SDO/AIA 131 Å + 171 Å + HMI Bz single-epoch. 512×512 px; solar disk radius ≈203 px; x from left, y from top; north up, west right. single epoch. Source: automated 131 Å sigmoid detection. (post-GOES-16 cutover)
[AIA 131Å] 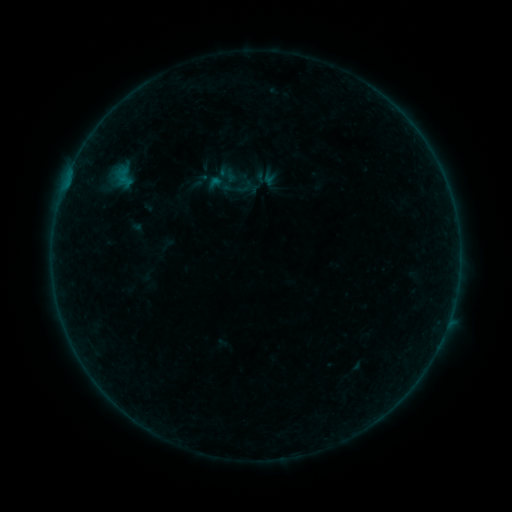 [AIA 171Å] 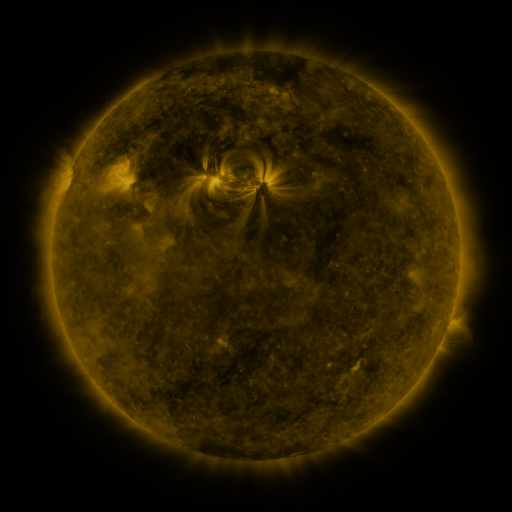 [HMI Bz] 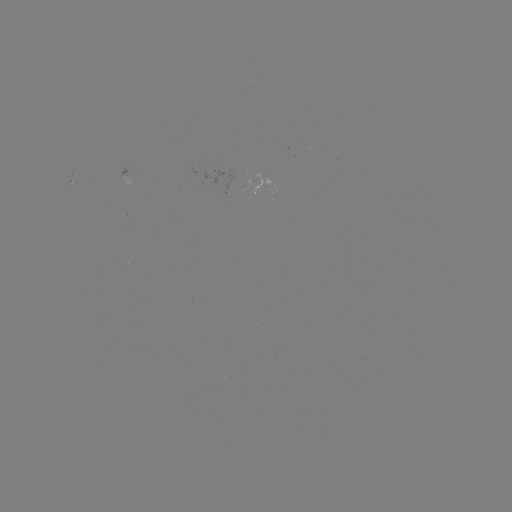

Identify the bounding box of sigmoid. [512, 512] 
[204, 169, 234, 200].